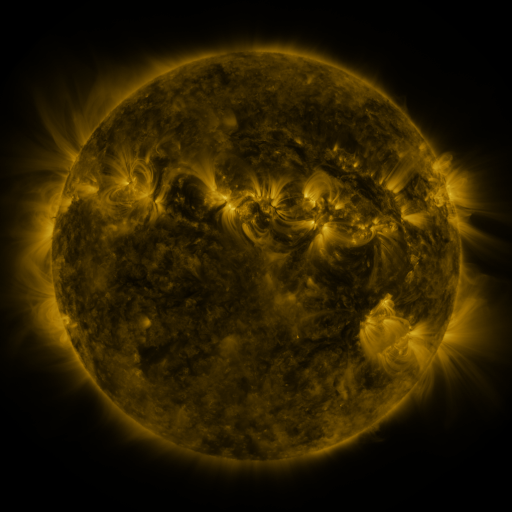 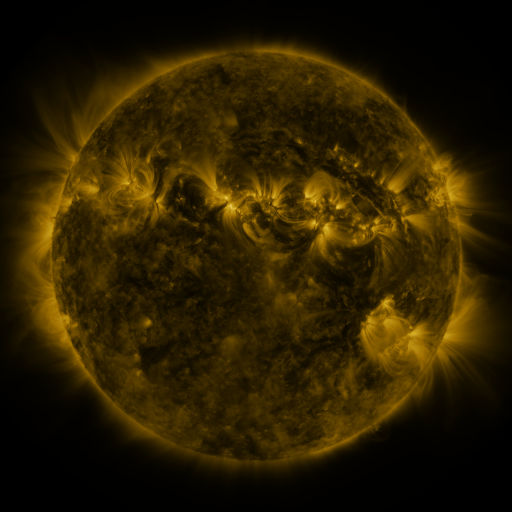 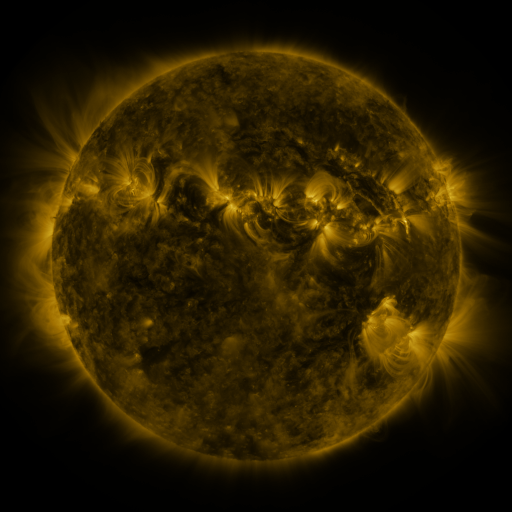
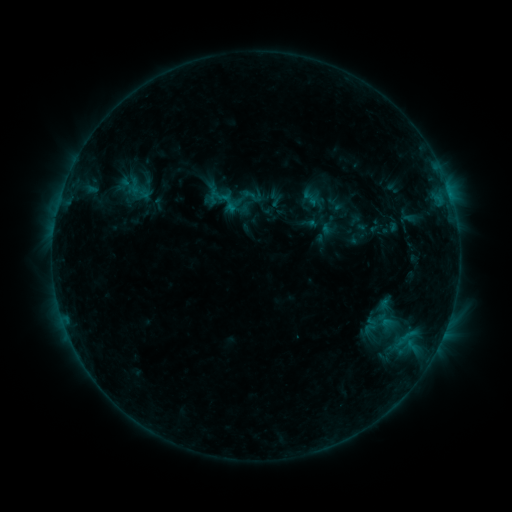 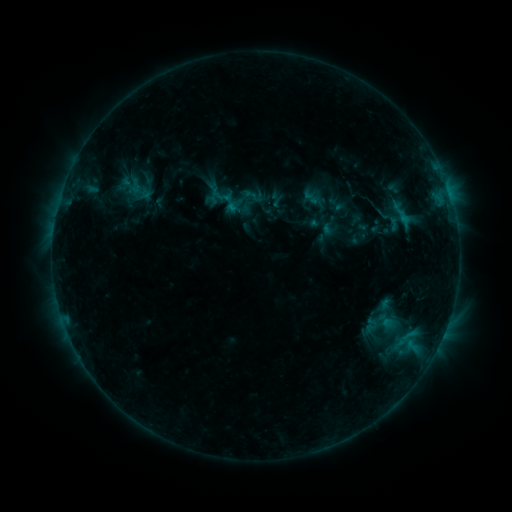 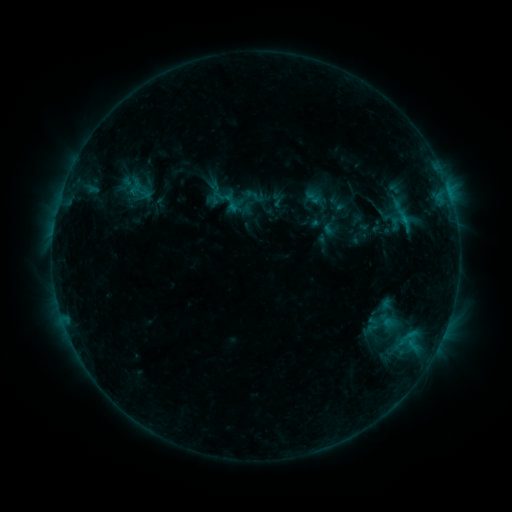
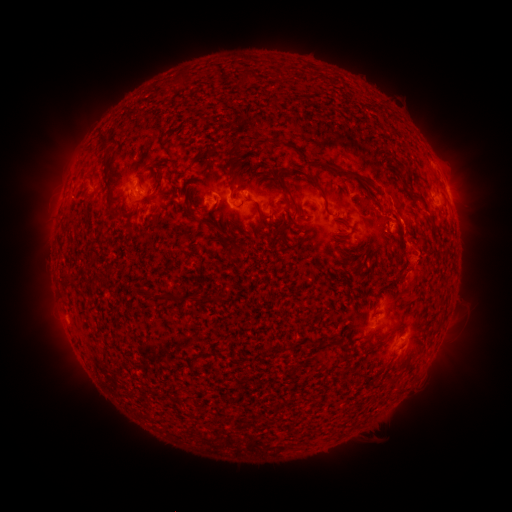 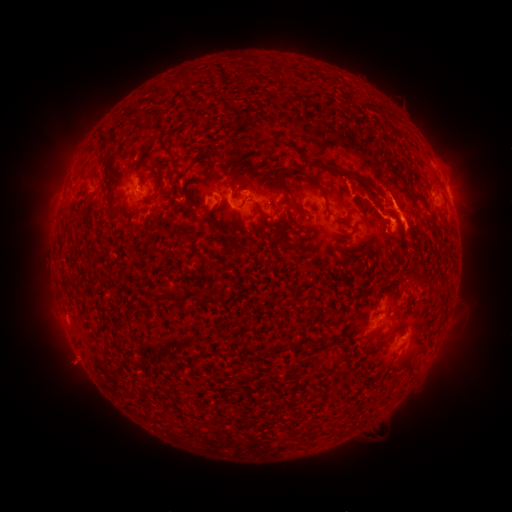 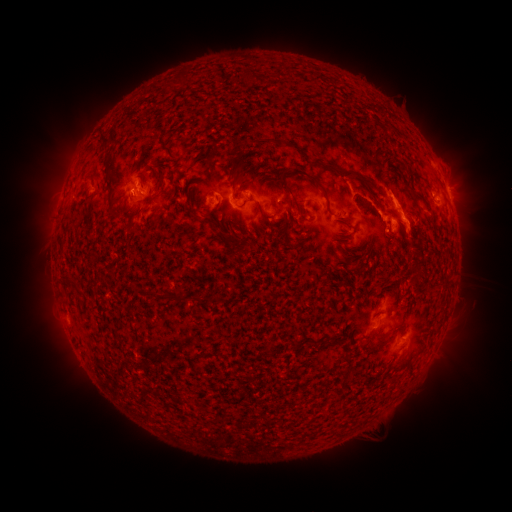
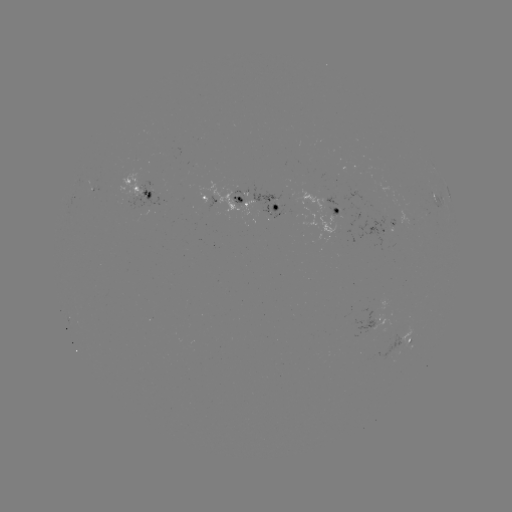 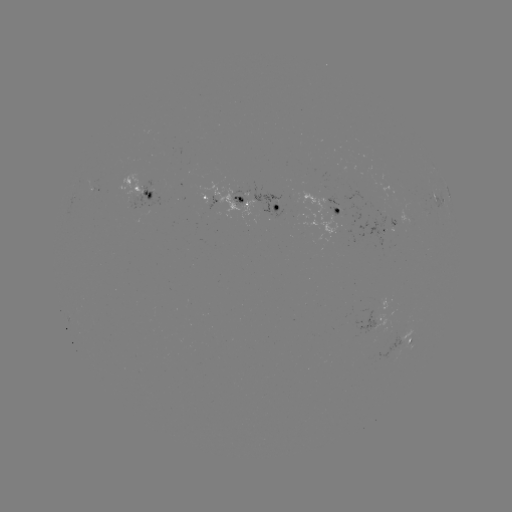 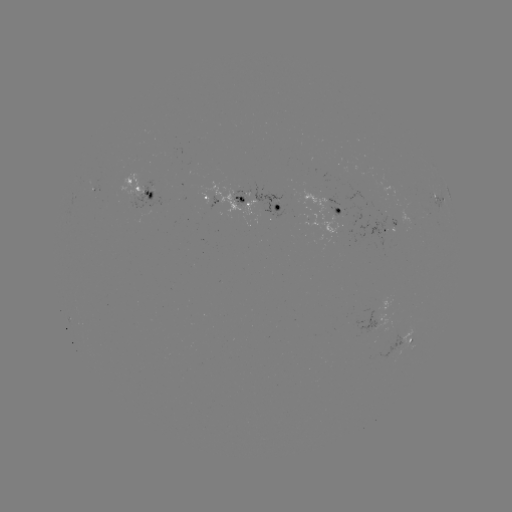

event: flare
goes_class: C1.2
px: (402, 220)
